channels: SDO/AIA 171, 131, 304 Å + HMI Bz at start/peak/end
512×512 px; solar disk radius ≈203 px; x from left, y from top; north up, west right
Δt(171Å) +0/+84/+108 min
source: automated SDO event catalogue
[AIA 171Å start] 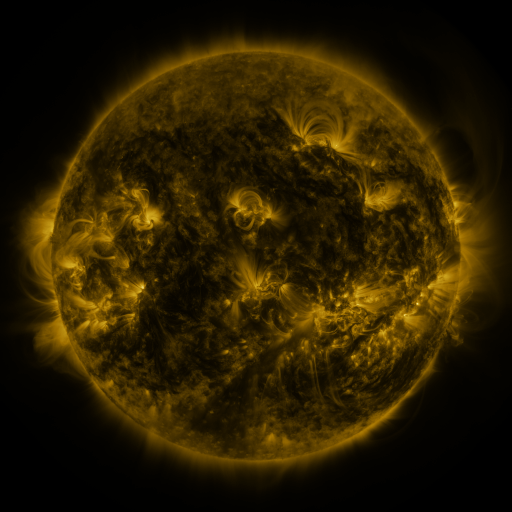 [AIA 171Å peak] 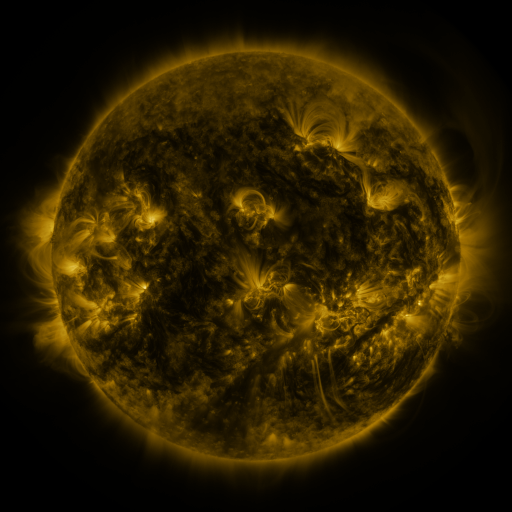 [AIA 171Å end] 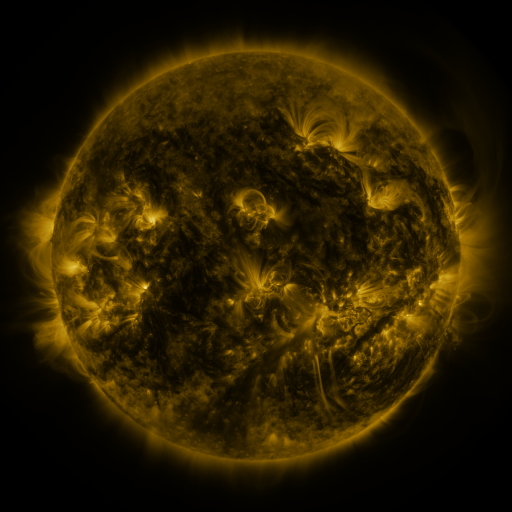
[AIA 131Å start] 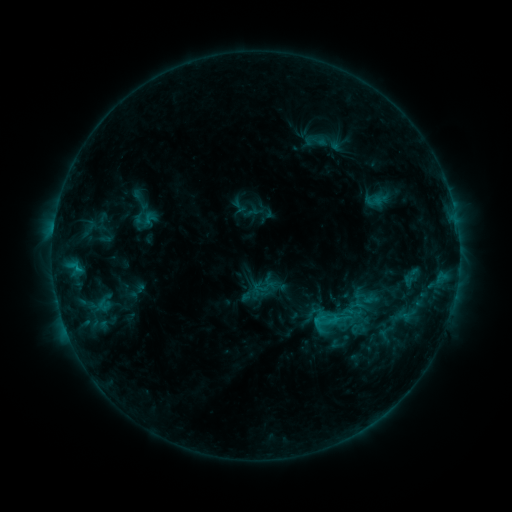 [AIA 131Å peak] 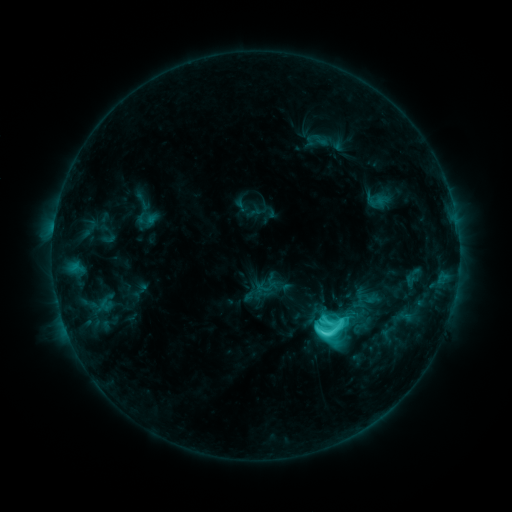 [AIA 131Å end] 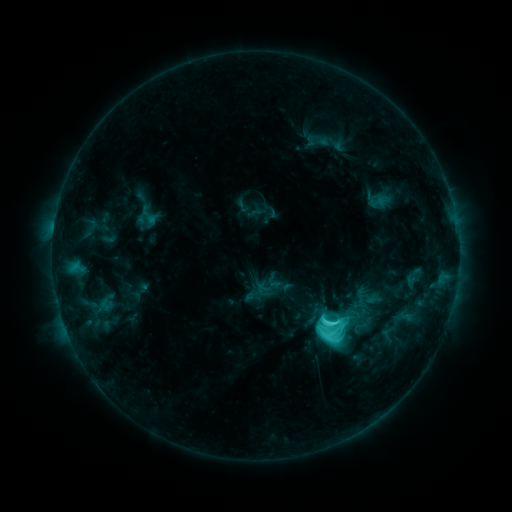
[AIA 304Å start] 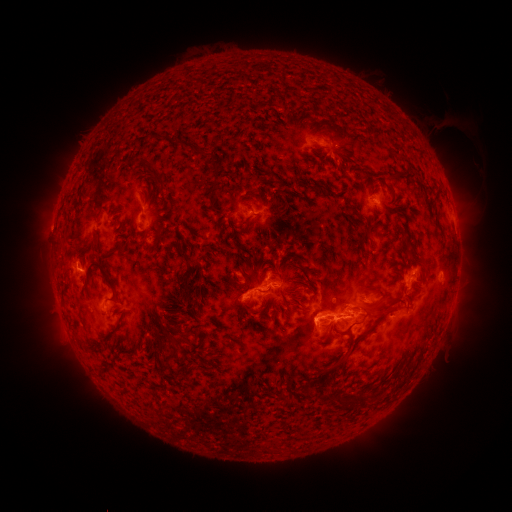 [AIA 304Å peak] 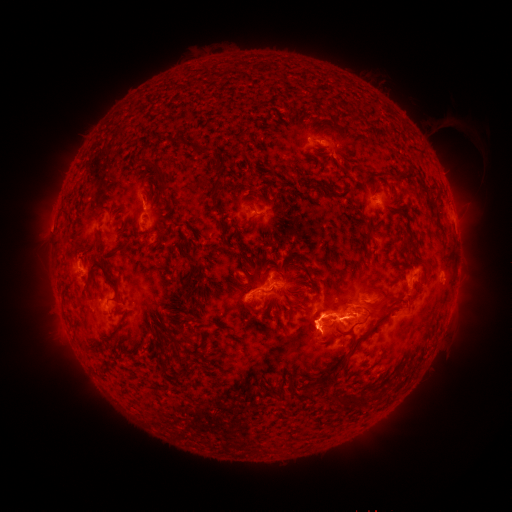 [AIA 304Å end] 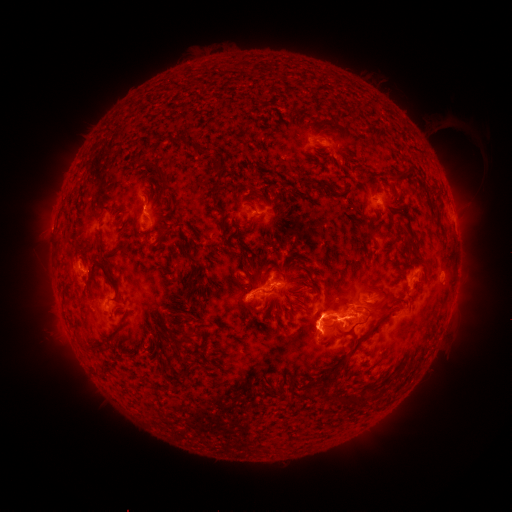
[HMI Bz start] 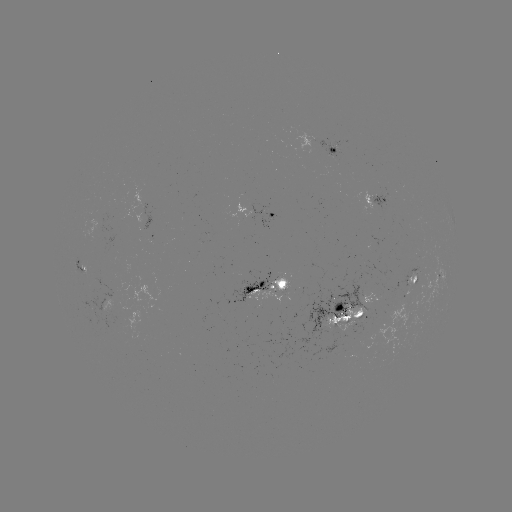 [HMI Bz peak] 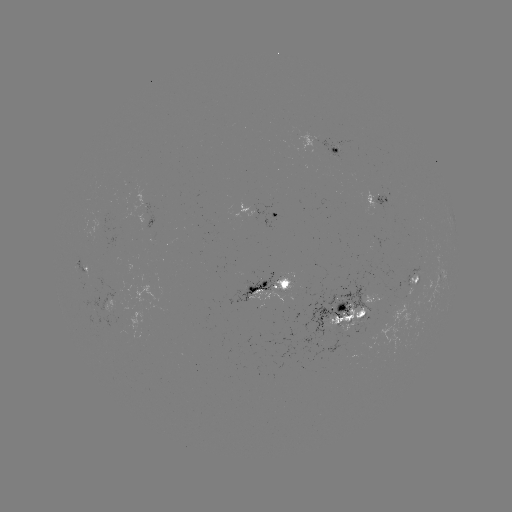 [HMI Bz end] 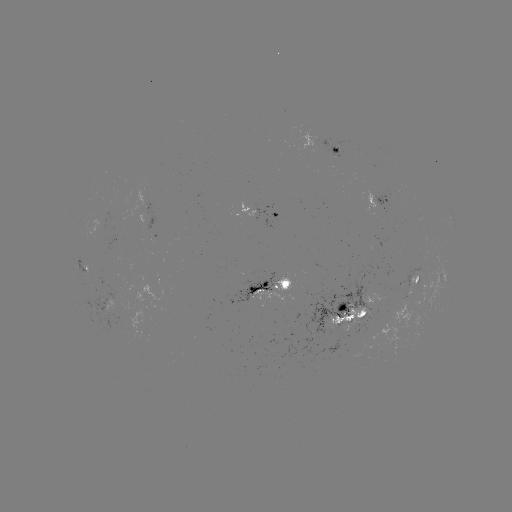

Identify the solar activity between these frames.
emerging-flux region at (114, 311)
